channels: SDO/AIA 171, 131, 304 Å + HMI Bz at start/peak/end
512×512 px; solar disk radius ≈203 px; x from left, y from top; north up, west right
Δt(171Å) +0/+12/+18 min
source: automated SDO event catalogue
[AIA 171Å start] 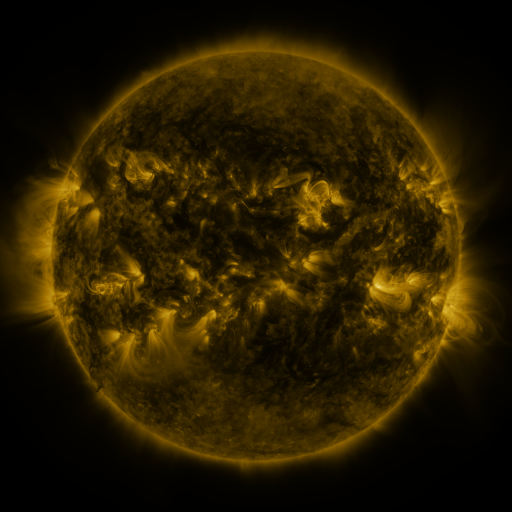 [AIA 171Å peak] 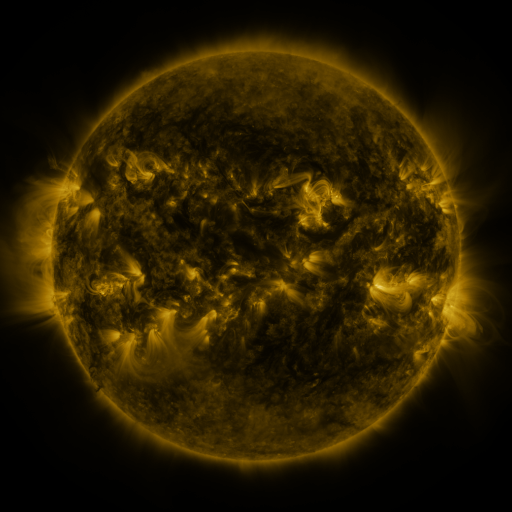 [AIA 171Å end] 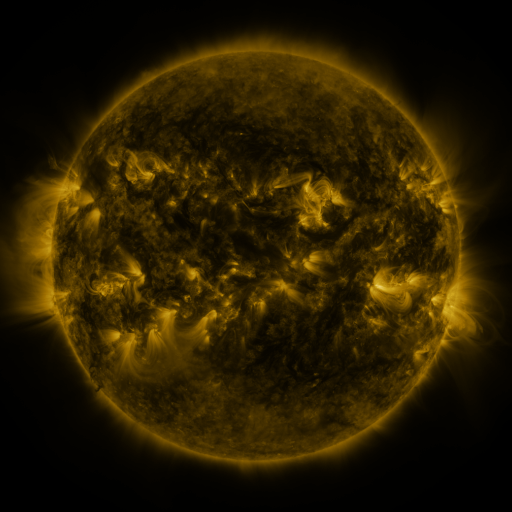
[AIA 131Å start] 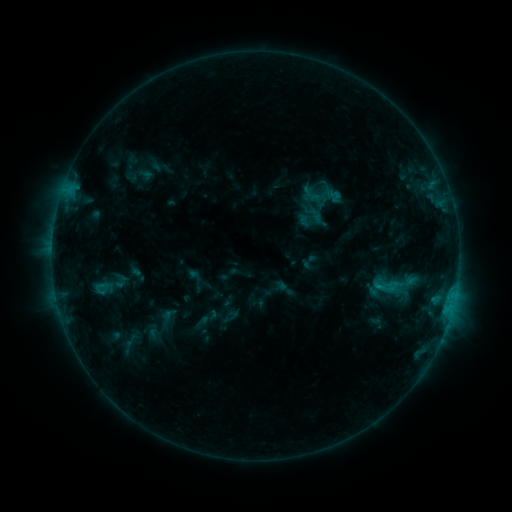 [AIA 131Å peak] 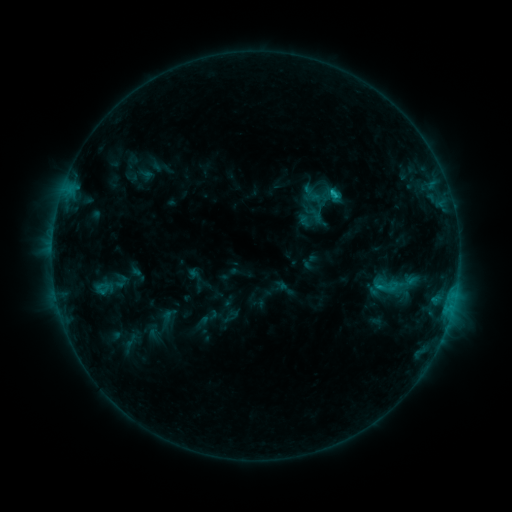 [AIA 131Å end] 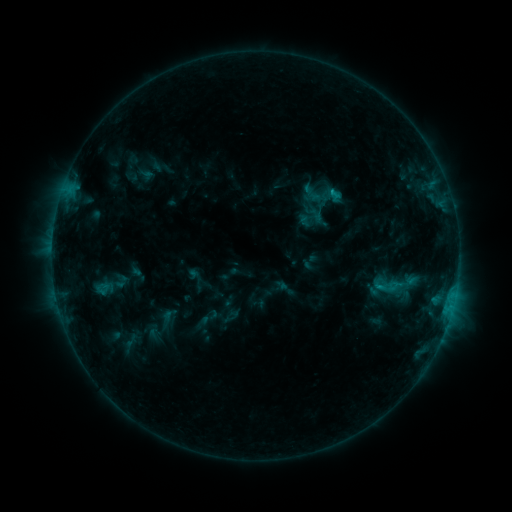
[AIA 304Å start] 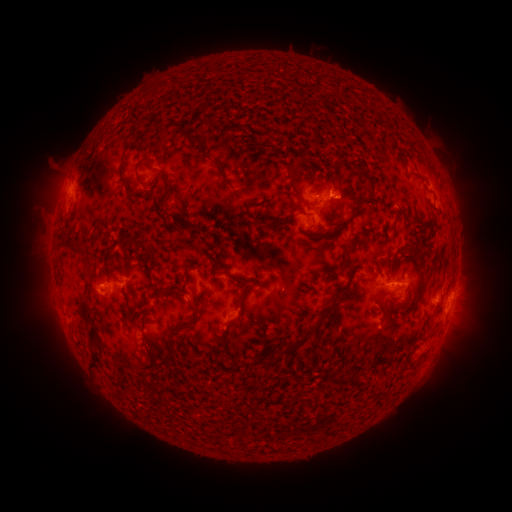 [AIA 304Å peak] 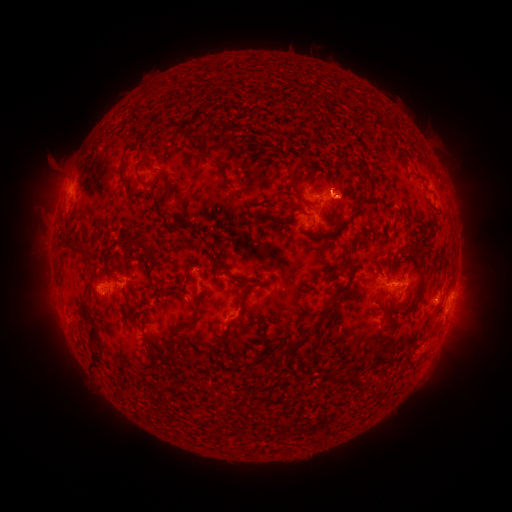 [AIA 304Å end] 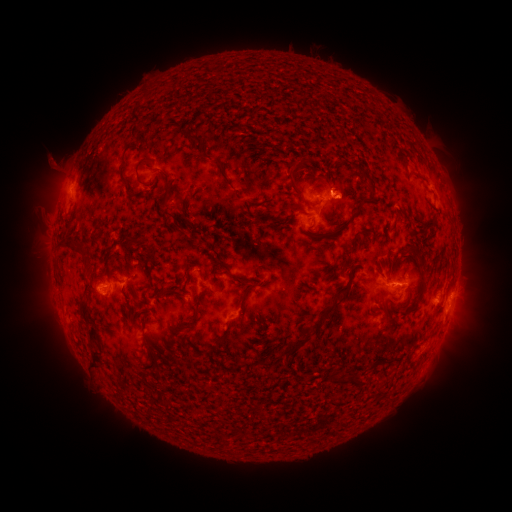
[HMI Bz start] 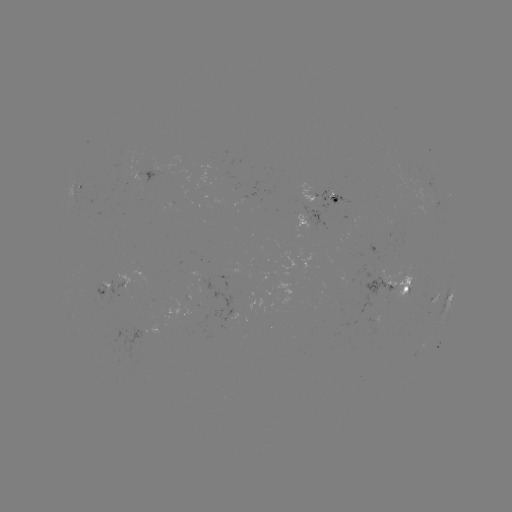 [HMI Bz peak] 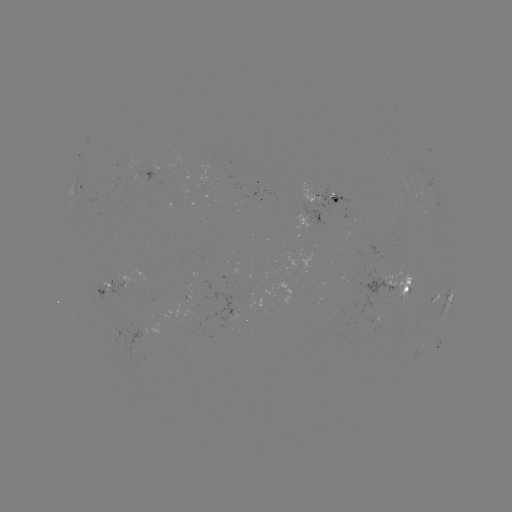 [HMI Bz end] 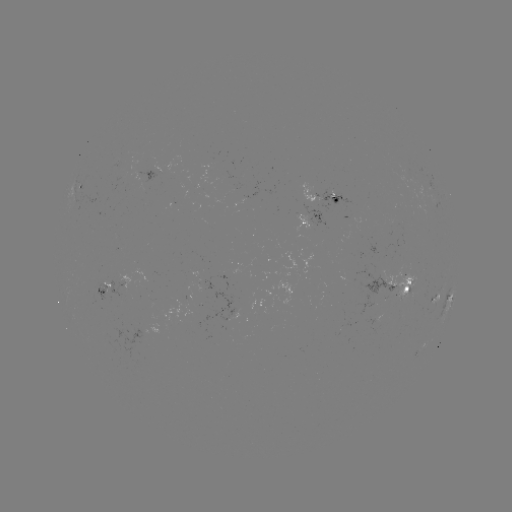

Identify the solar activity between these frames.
C1.0 flare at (330, 195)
